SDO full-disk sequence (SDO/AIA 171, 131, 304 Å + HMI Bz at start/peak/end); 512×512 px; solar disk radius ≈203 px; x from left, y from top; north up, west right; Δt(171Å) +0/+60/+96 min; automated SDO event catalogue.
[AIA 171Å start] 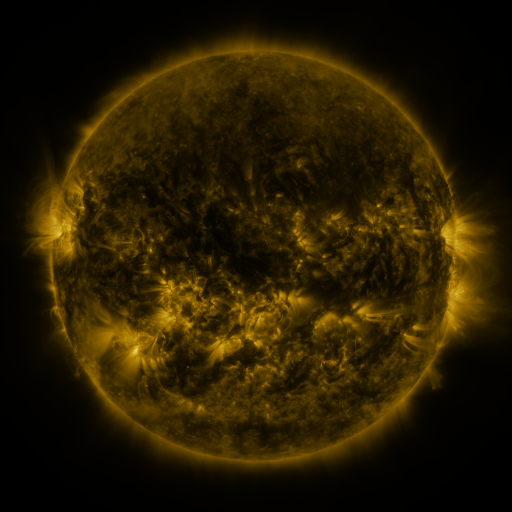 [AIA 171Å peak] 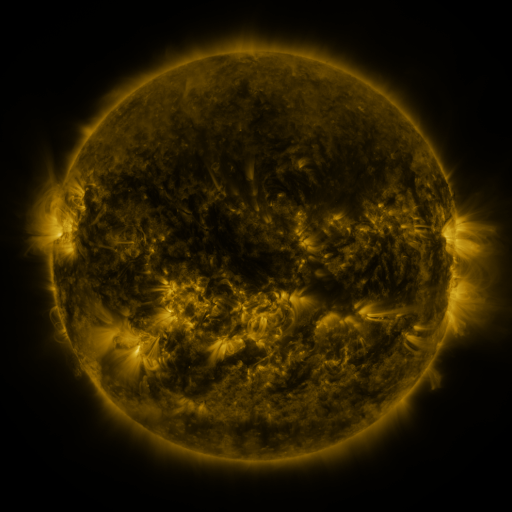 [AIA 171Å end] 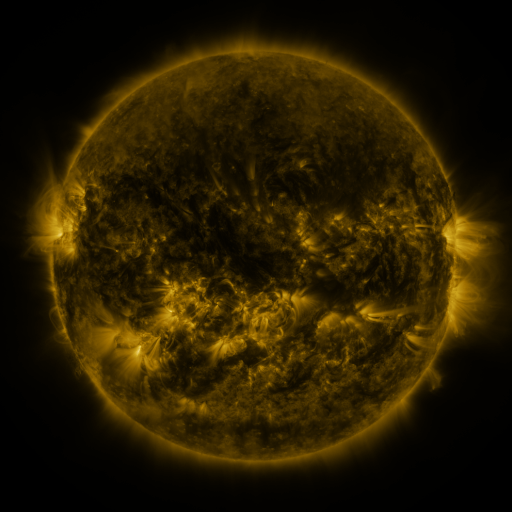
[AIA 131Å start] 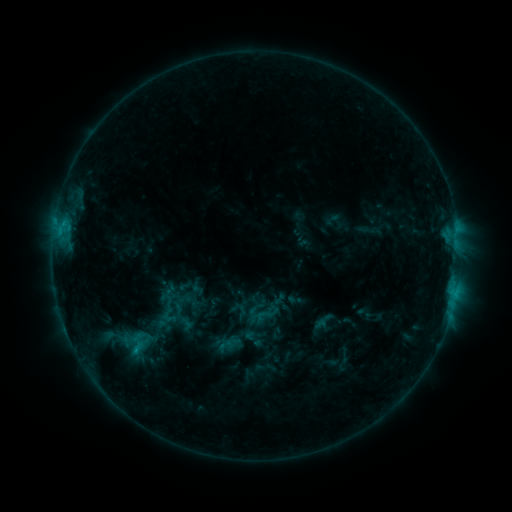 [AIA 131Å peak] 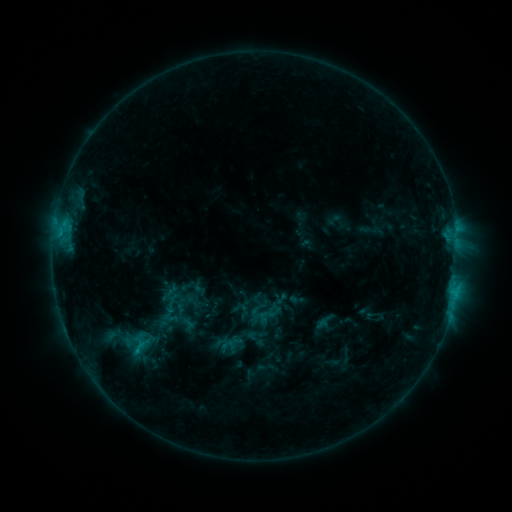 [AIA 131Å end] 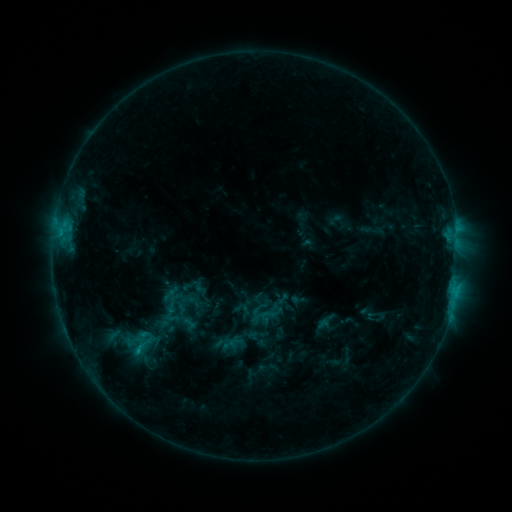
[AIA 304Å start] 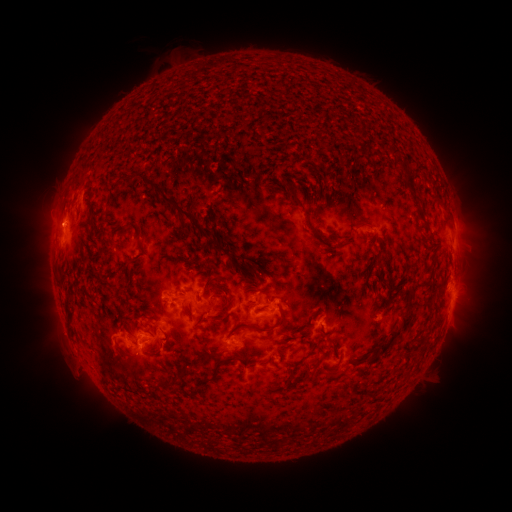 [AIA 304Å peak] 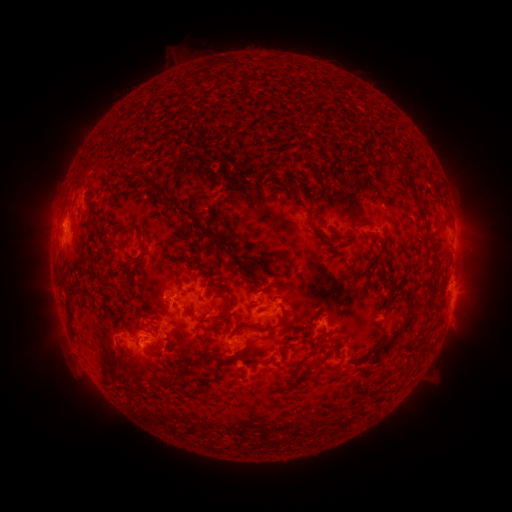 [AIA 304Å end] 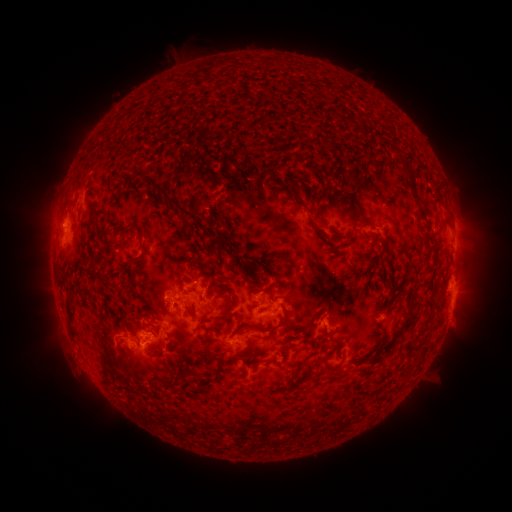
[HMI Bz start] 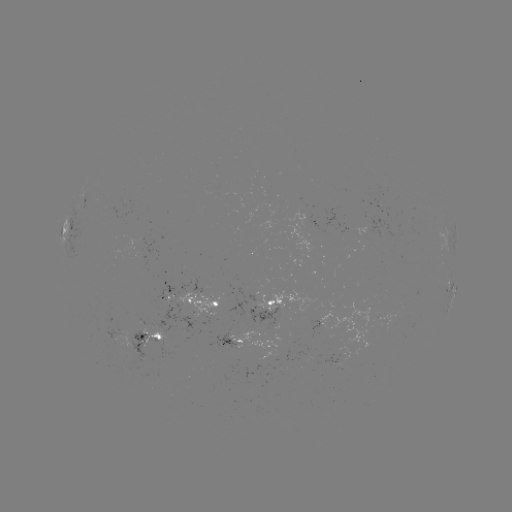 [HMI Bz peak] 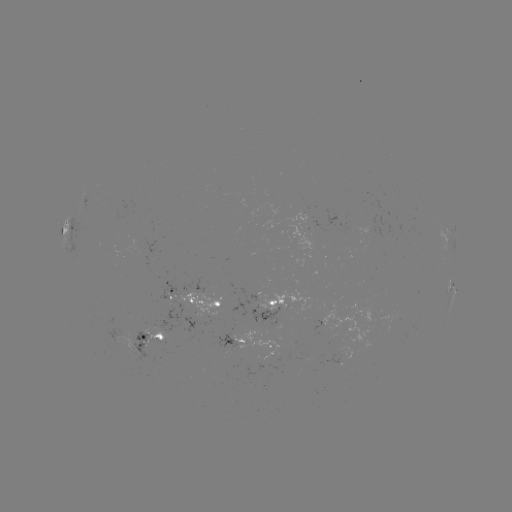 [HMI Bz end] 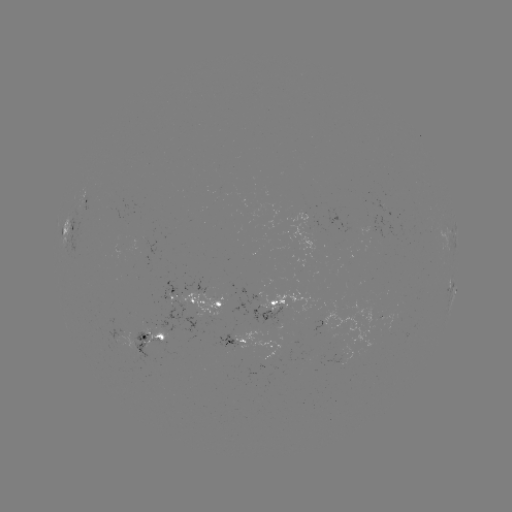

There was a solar emerging-flux region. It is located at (156, 327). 